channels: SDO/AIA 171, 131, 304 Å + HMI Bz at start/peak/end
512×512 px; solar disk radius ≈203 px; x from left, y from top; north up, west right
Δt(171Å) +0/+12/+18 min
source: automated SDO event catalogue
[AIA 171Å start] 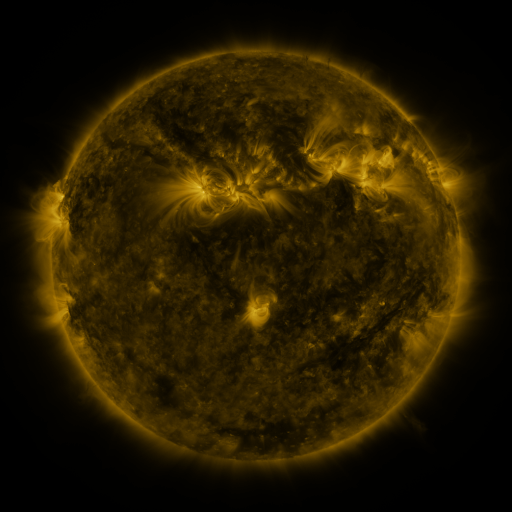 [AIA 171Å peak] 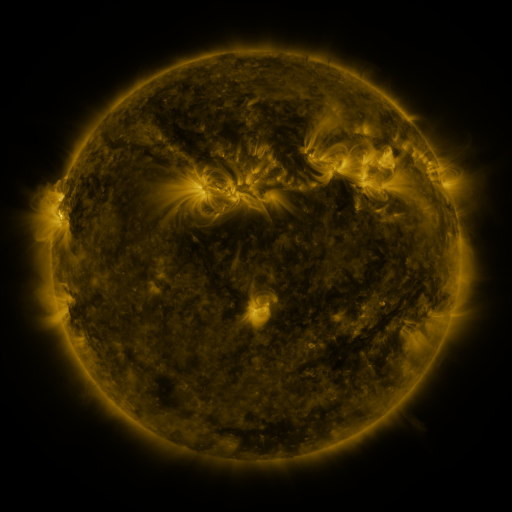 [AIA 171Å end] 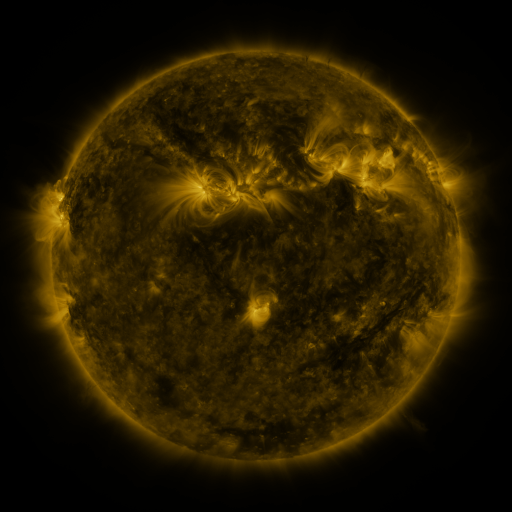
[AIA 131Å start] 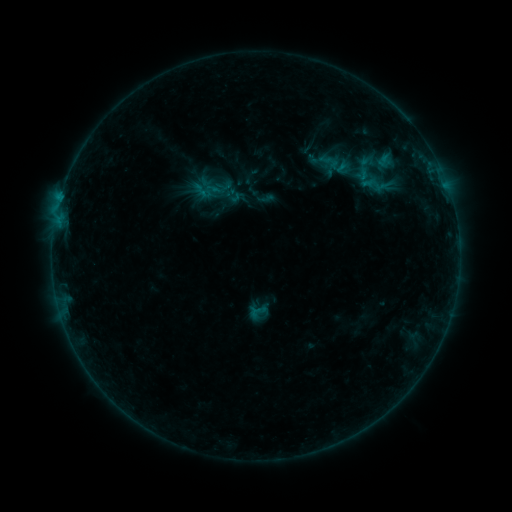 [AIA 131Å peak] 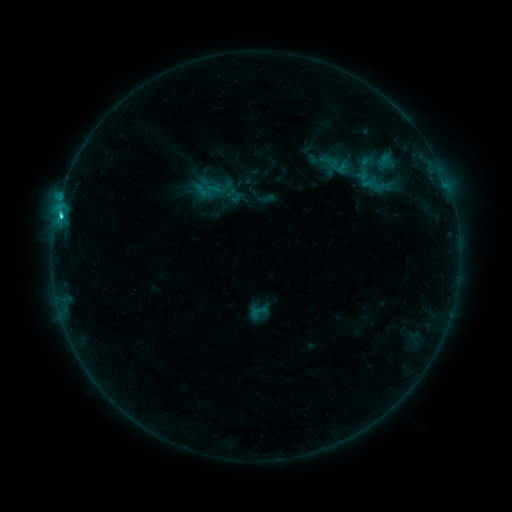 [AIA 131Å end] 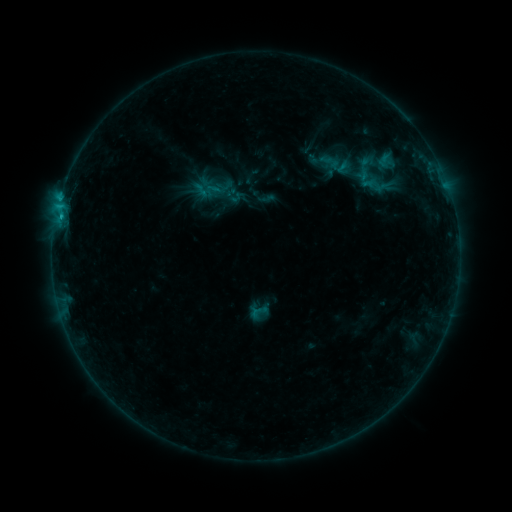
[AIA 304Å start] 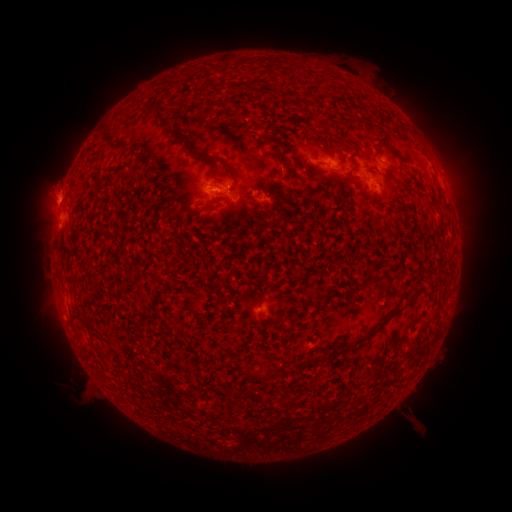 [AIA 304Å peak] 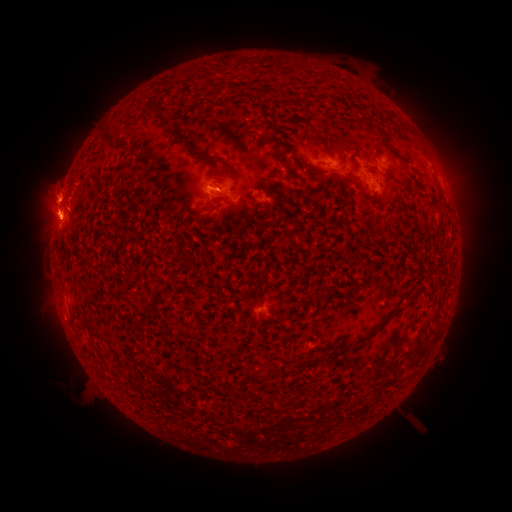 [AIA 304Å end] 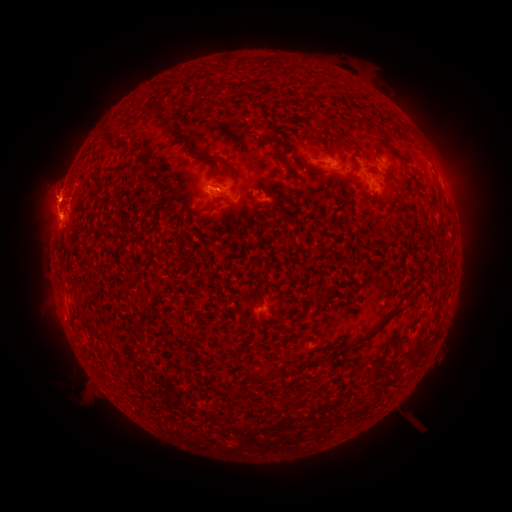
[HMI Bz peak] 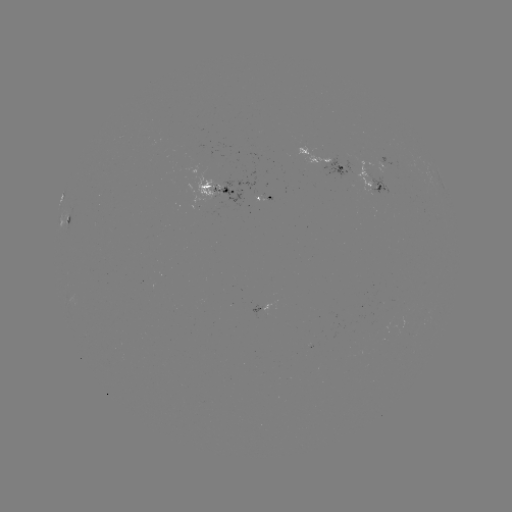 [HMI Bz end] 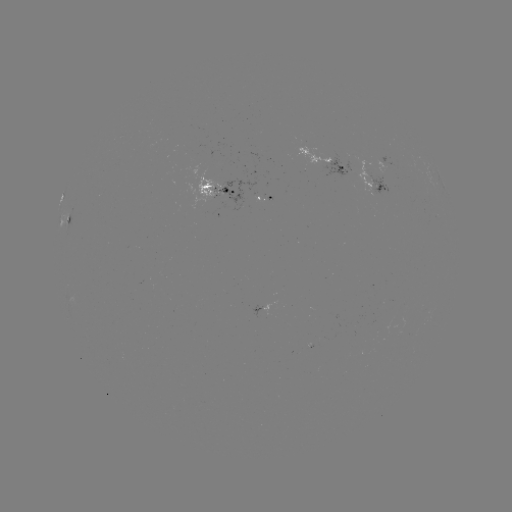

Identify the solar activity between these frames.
C1.9 flare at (61, 219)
